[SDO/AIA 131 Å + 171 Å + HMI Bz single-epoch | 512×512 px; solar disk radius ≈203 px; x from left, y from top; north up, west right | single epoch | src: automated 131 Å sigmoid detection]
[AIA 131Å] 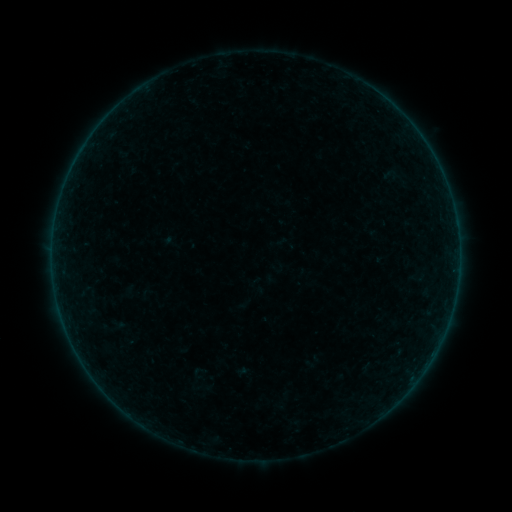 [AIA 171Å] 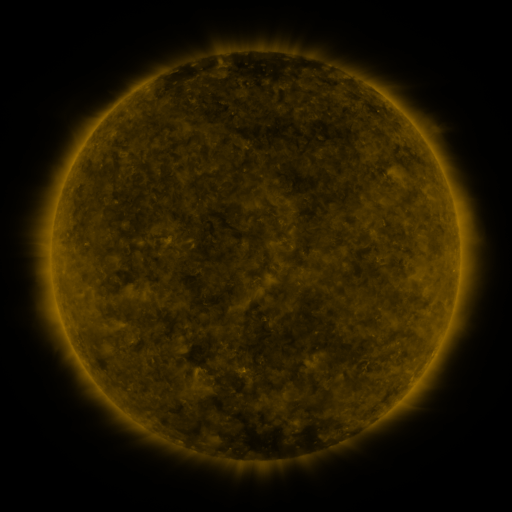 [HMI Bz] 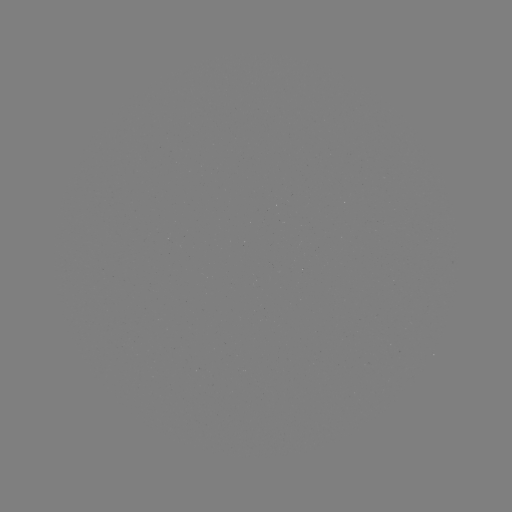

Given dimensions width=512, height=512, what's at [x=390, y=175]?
sigmoid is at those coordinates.